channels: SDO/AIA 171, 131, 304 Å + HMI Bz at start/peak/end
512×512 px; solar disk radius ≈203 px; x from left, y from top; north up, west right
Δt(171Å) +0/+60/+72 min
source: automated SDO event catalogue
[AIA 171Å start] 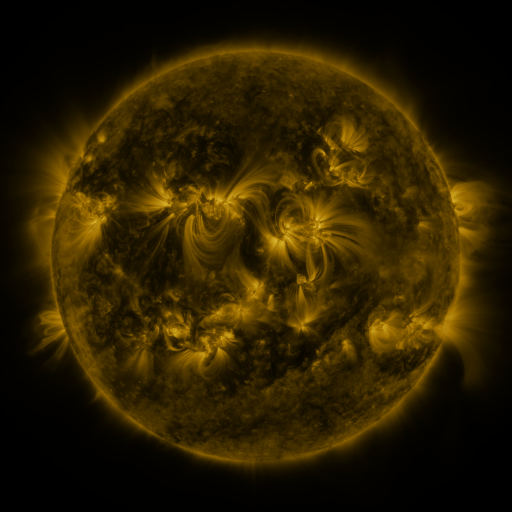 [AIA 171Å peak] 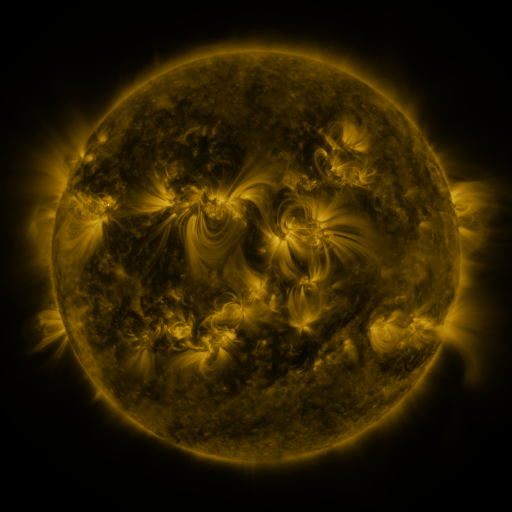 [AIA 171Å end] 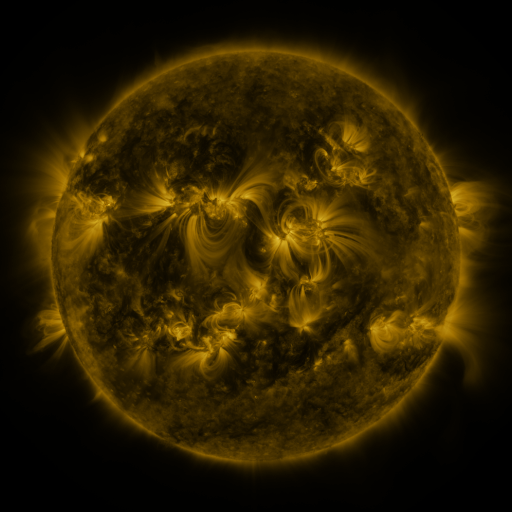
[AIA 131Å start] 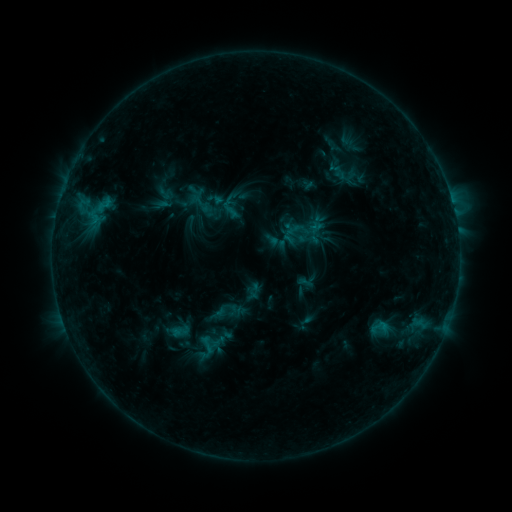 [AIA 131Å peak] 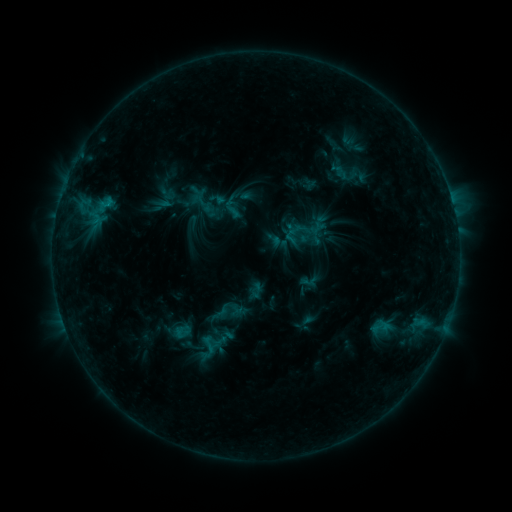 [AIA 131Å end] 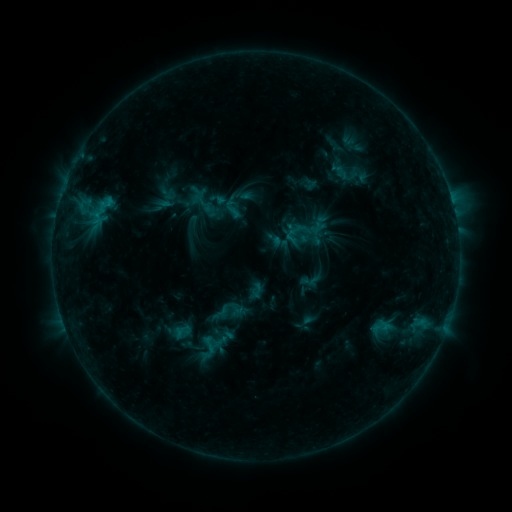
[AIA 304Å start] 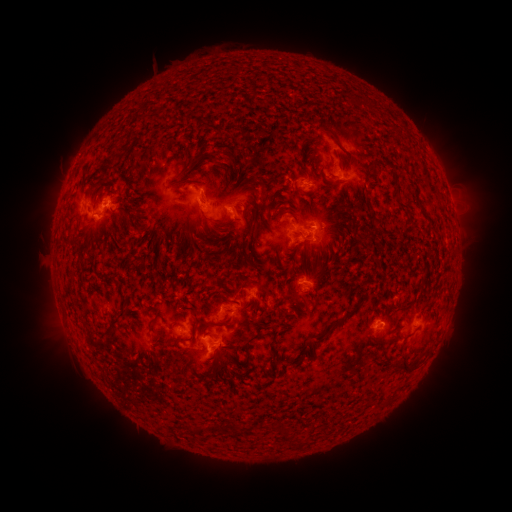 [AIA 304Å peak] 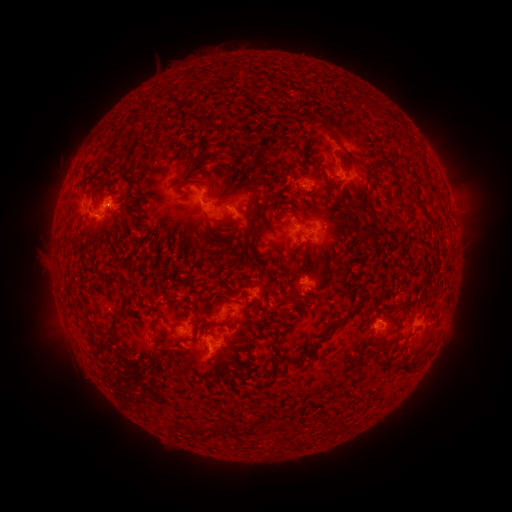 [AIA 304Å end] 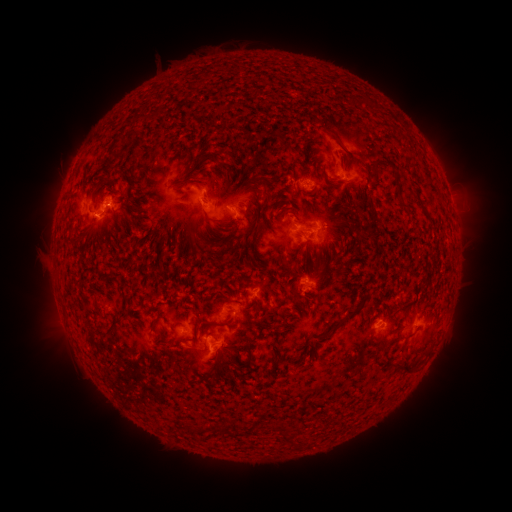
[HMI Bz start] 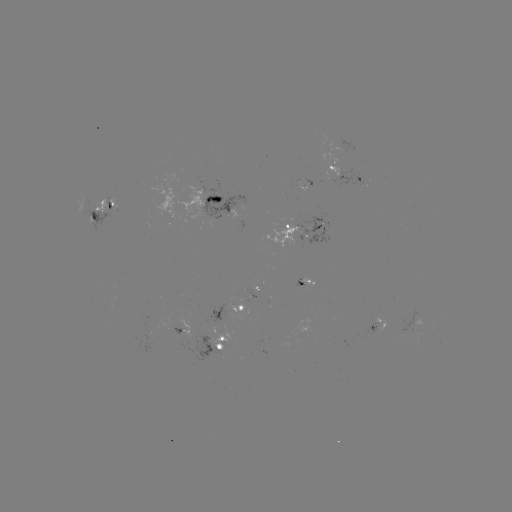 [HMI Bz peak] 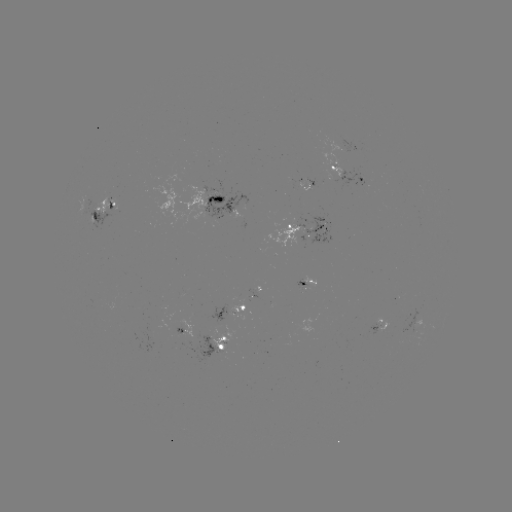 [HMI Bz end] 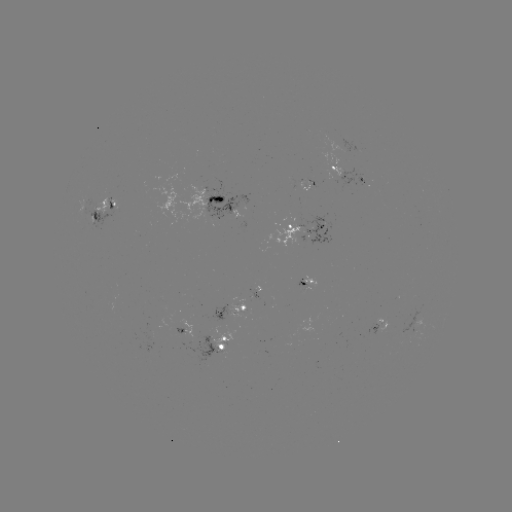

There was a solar emerging-flux region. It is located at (307, 280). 